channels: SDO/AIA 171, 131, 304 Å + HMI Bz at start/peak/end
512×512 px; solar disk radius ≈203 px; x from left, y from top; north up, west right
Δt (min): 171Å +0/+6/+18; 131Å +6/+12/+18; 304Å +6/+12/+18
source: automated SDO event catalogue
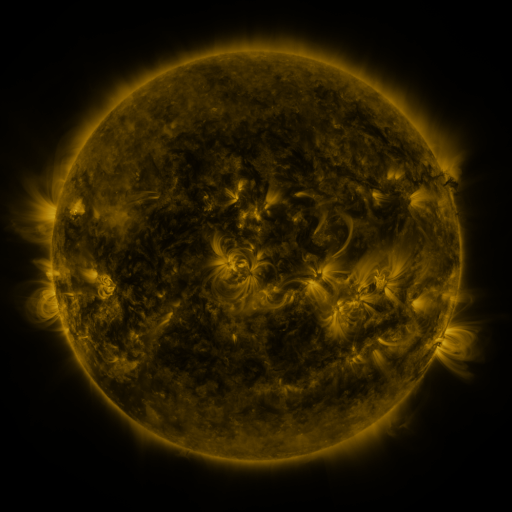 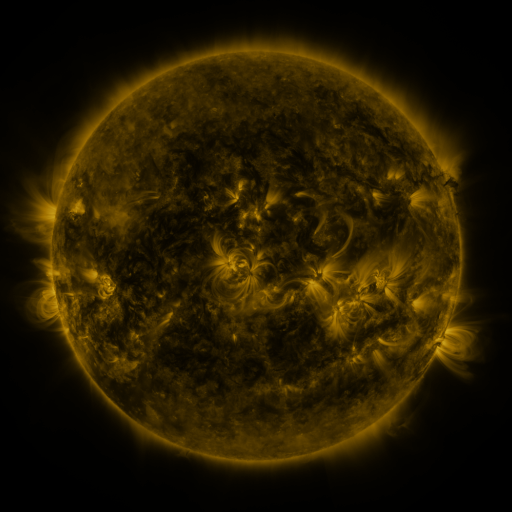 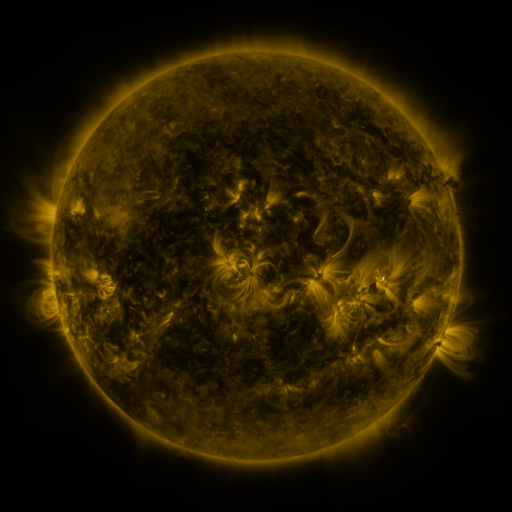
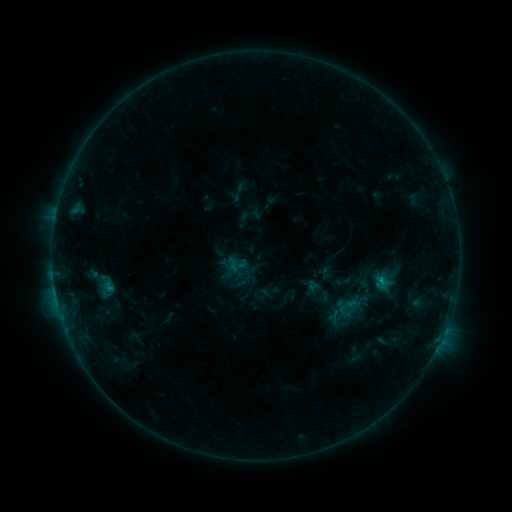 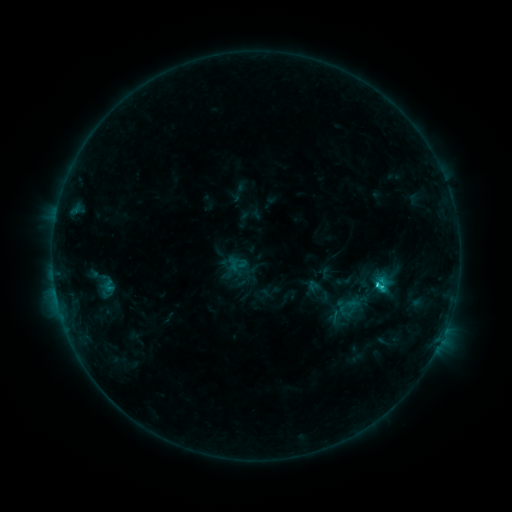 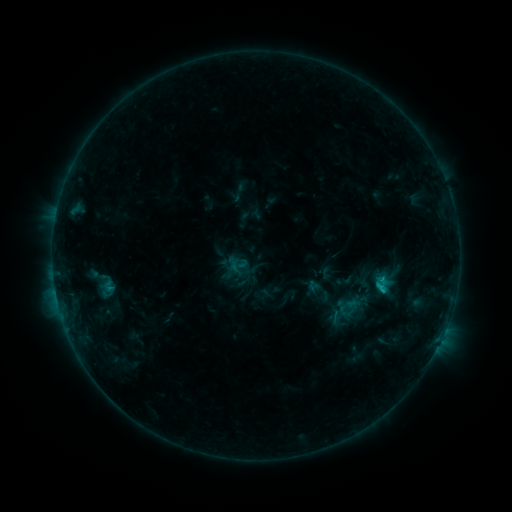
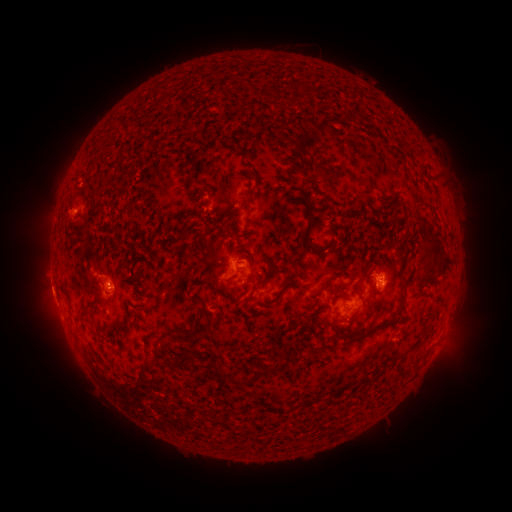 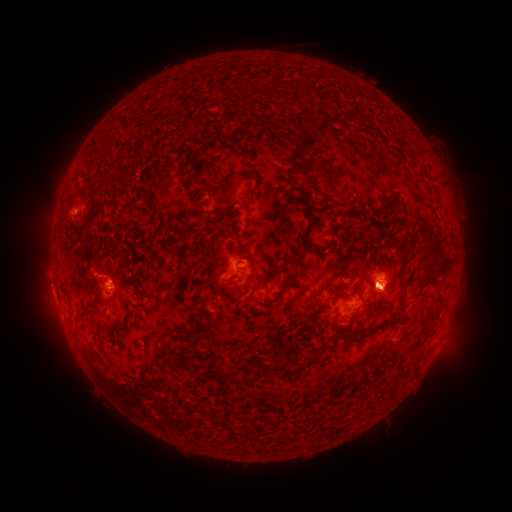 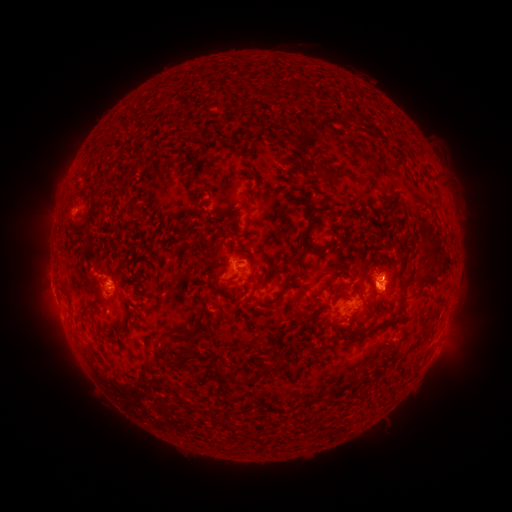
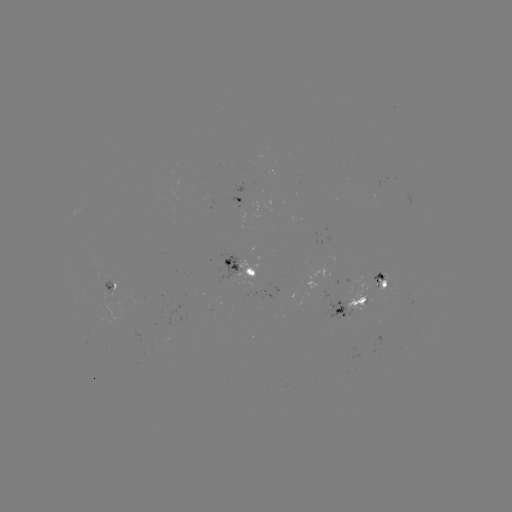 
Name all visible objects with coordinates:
C2.6 flare: (376, 283)
